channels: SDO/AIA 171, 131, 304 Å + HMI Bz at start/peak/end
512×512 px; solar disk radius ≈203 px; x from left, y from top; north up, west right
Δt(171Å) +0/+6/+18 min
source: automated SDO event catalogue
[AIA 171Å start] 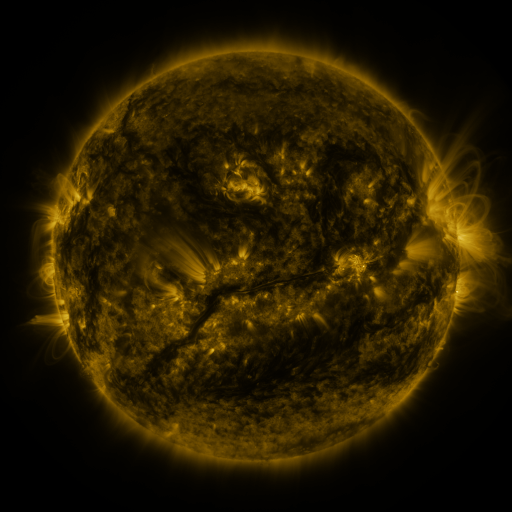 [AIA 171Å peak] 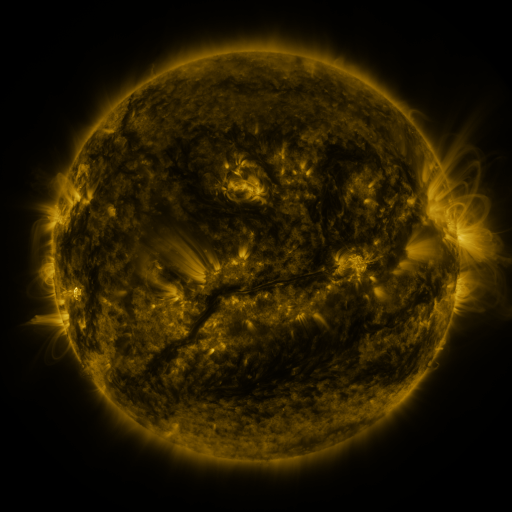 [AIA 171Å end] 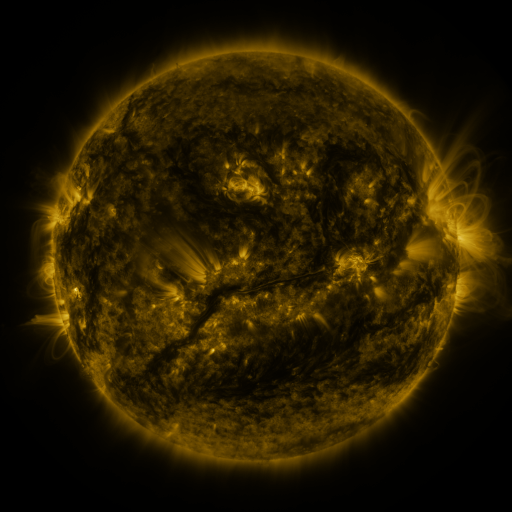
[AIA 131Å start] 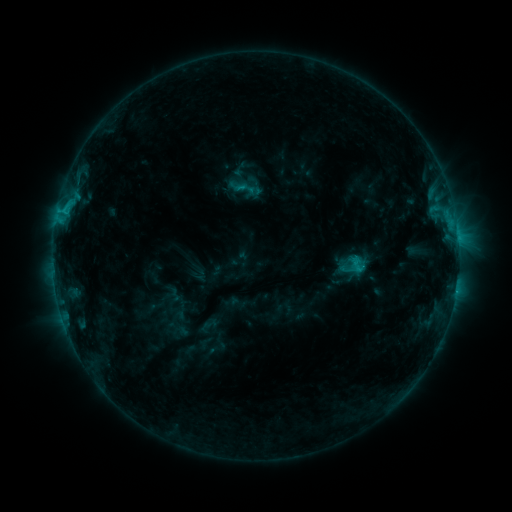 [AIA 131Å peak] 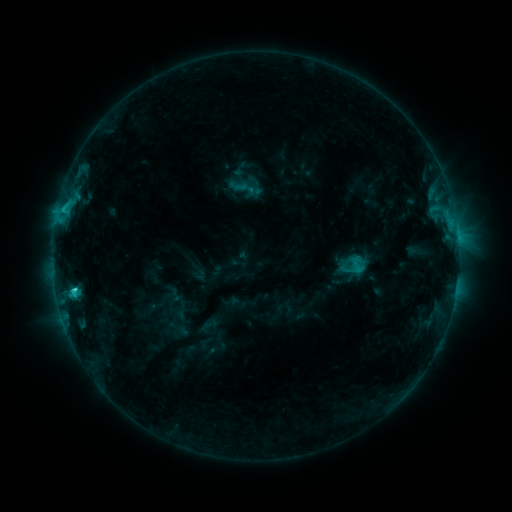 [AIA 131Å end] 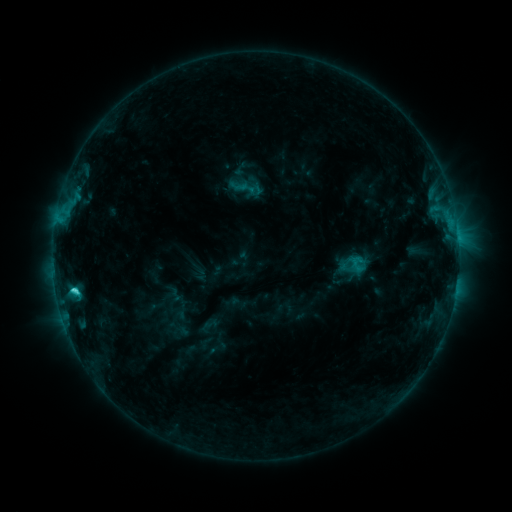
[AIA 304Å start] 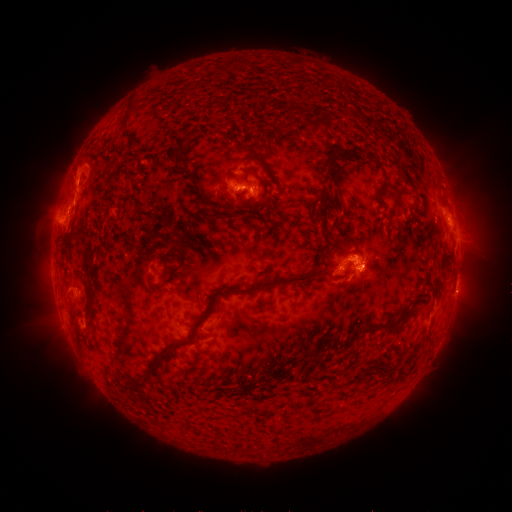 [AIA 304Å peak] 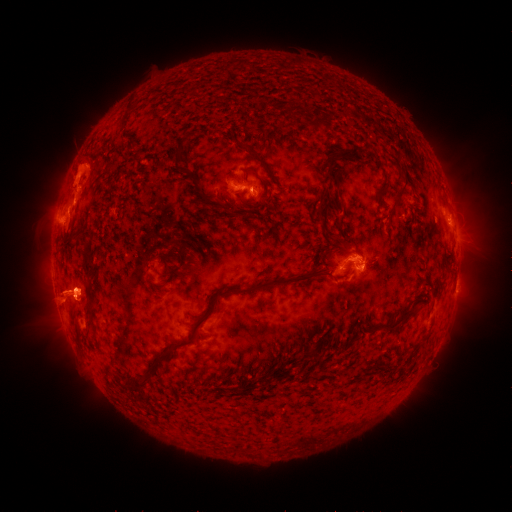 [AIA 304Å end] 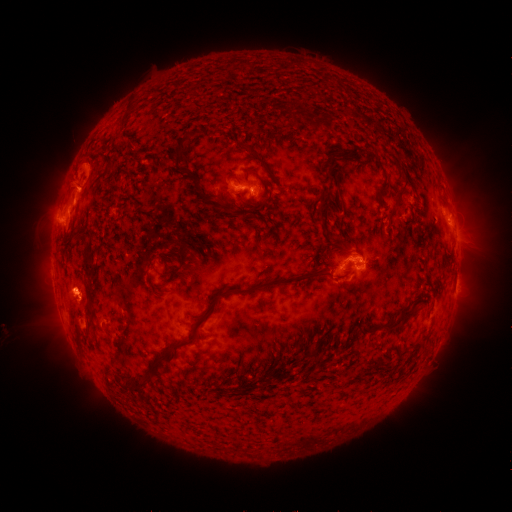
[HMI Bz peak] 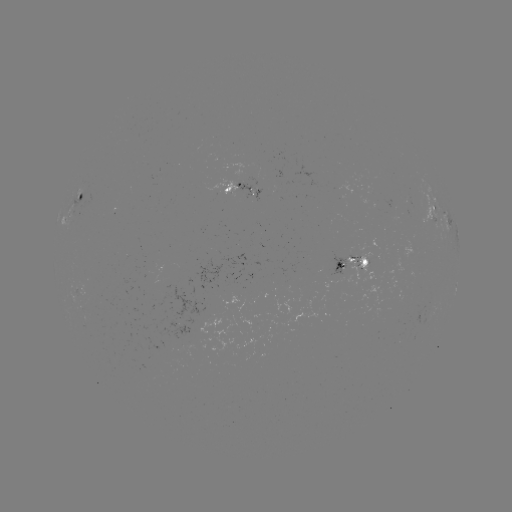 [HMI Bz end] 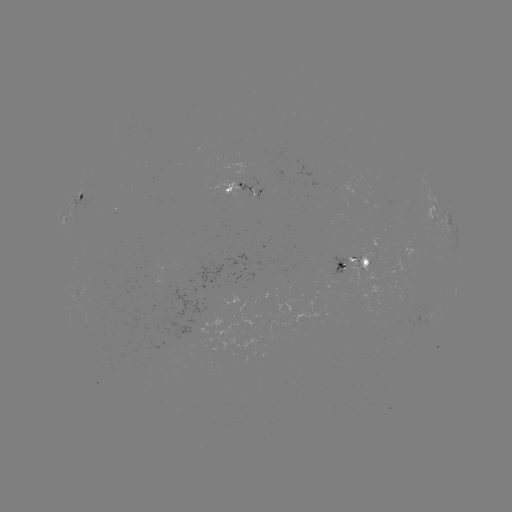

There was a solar eruption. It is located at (58, 294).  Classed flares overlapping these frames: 1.